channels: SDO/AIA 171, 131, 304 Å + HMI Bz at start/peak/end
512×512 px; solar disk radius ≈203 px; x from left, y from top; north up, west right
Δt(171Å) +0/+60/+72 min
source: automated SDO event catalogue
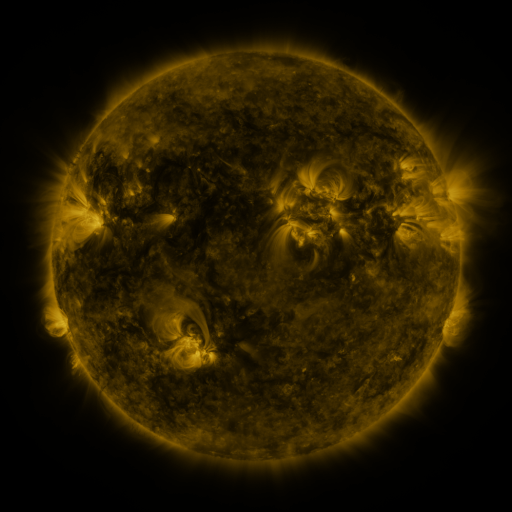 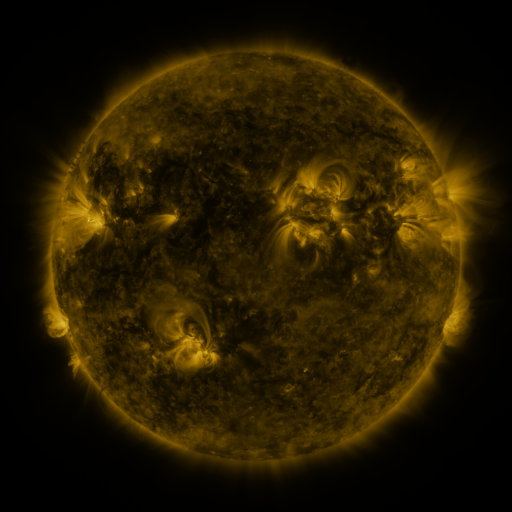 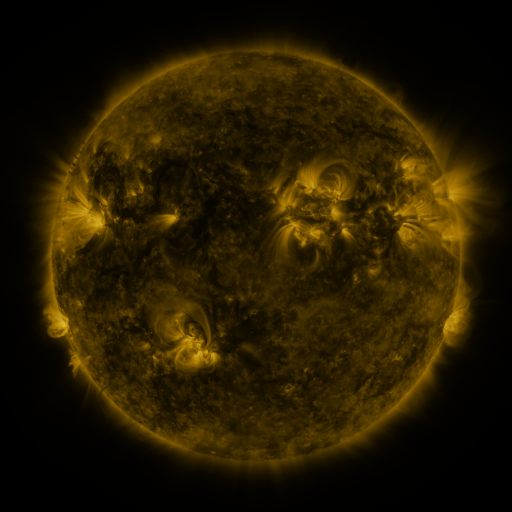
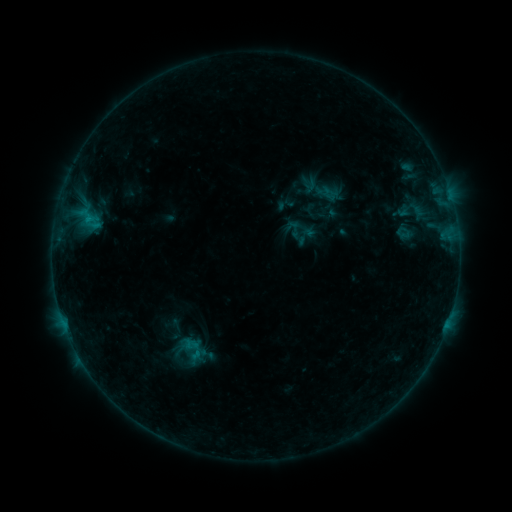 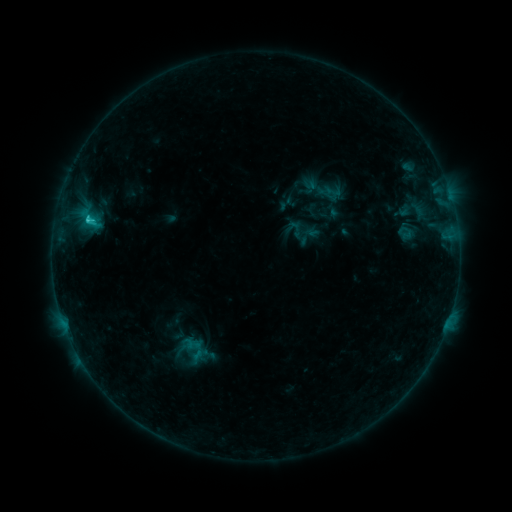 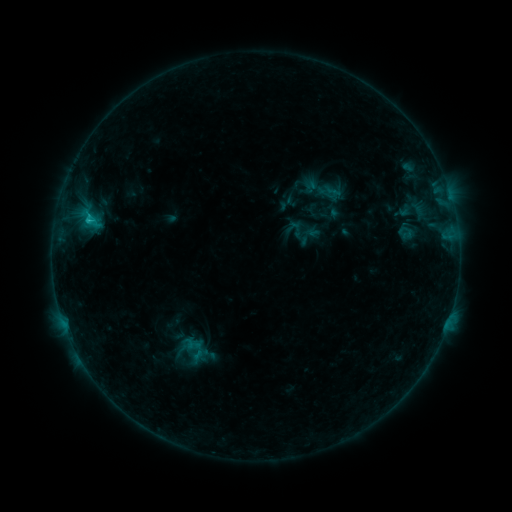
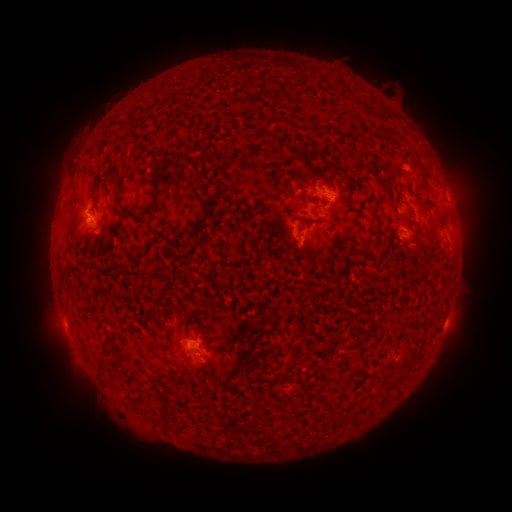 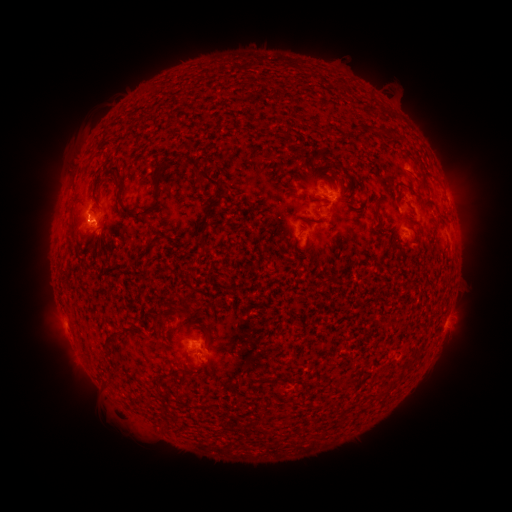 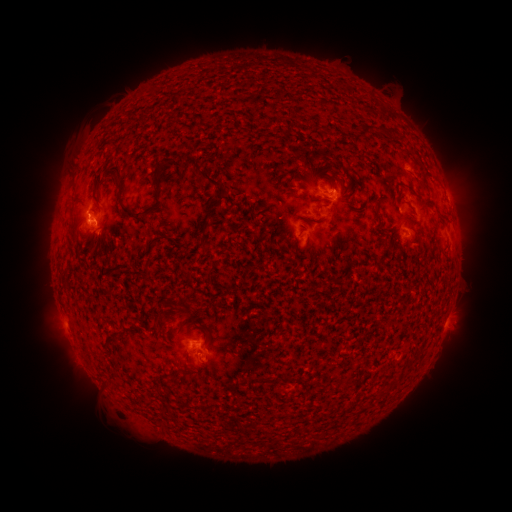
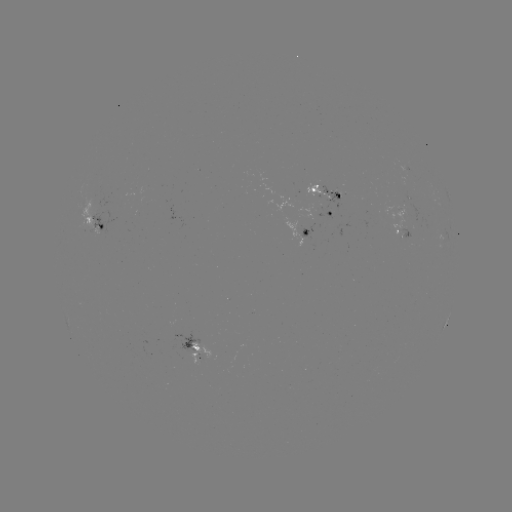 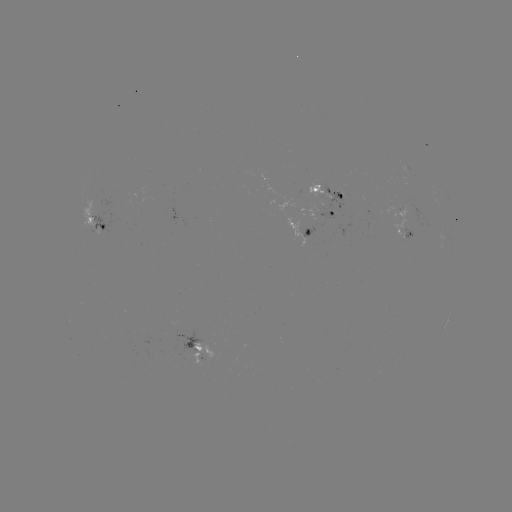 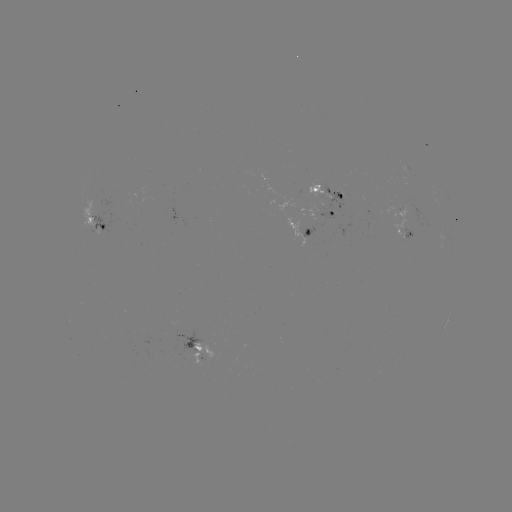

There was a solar emerging-flux region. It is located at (99, 227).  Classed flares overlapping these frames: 1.